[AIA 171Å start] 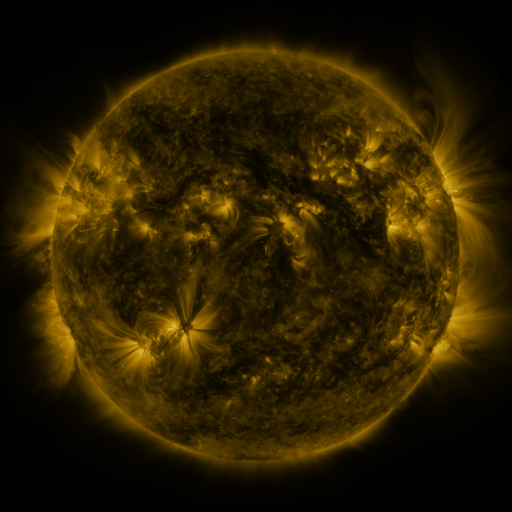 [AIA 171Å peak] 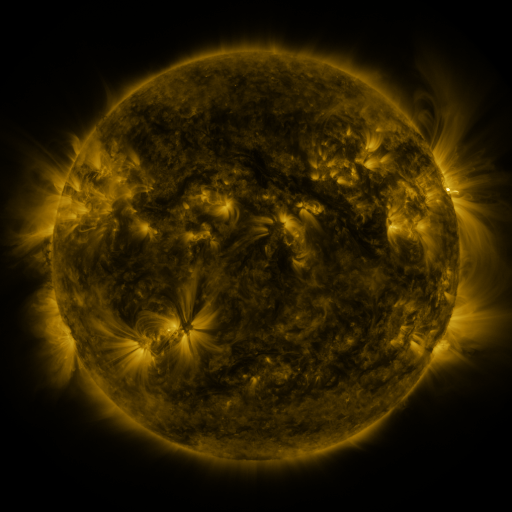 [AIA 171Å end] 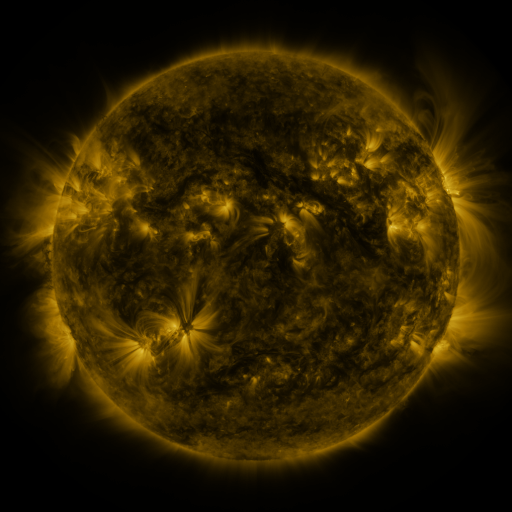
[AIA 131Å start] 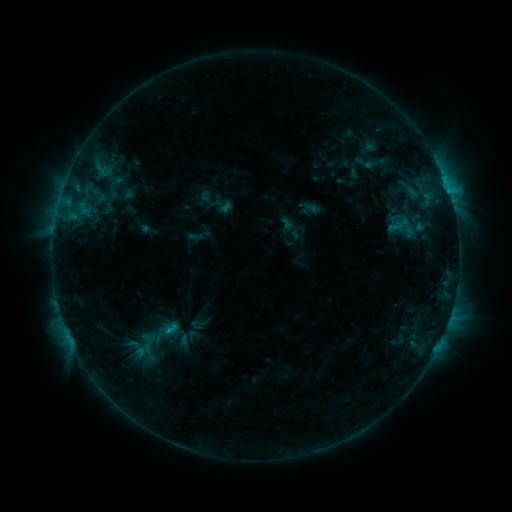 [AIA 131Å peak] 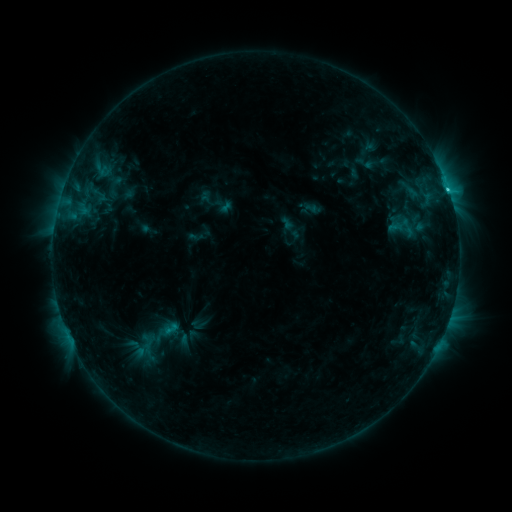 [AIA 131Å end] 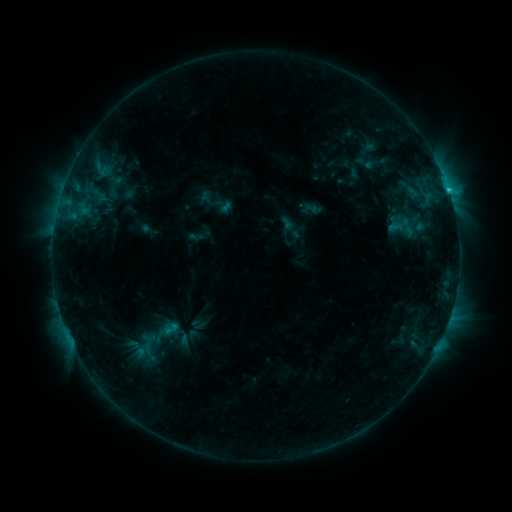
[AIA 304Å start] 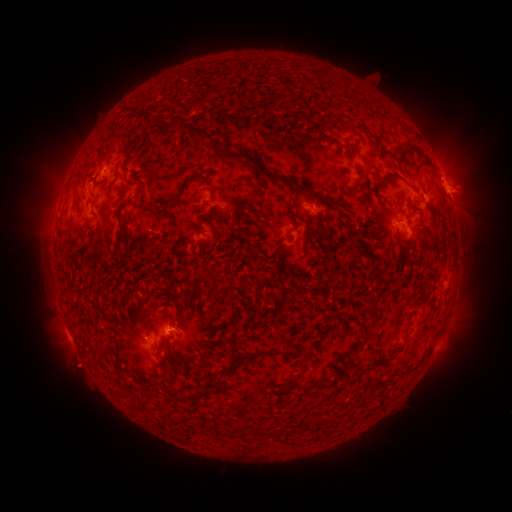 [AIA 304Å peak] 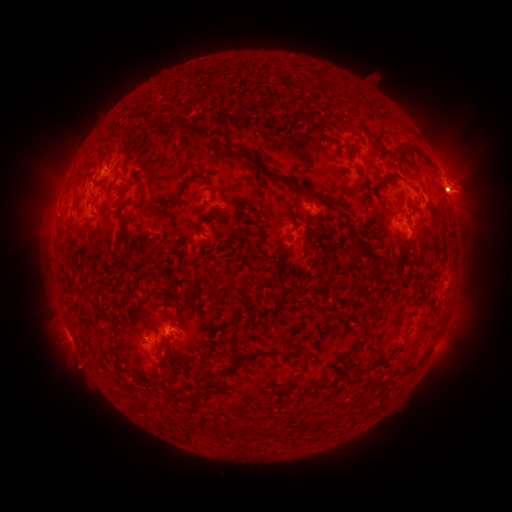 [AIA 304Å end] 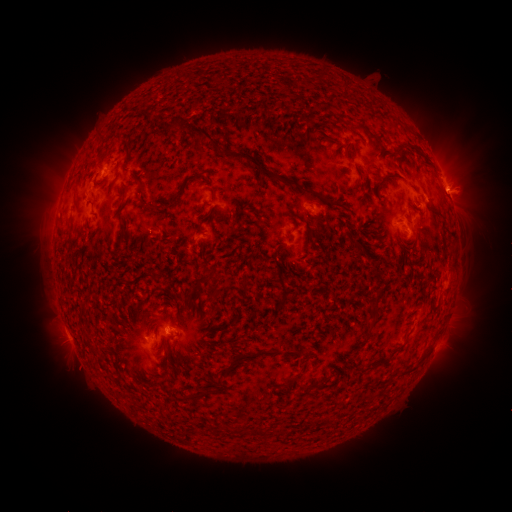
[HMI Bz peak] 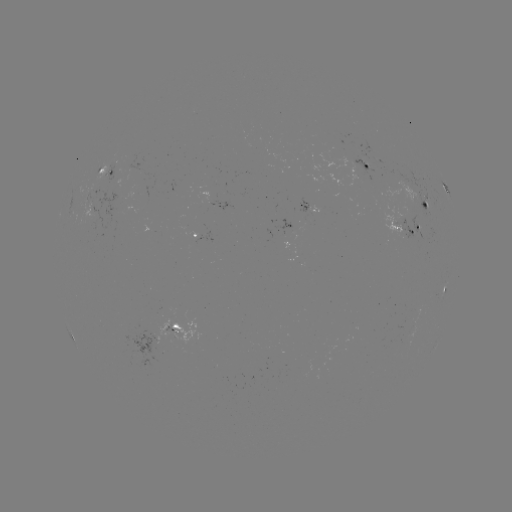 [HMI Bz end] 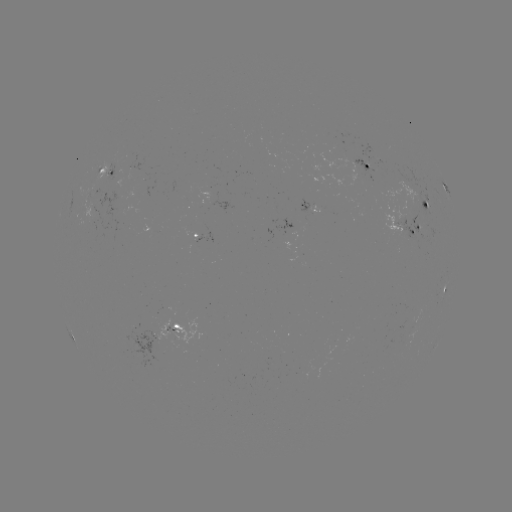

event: flare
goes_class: C1.7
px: (447, 190)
